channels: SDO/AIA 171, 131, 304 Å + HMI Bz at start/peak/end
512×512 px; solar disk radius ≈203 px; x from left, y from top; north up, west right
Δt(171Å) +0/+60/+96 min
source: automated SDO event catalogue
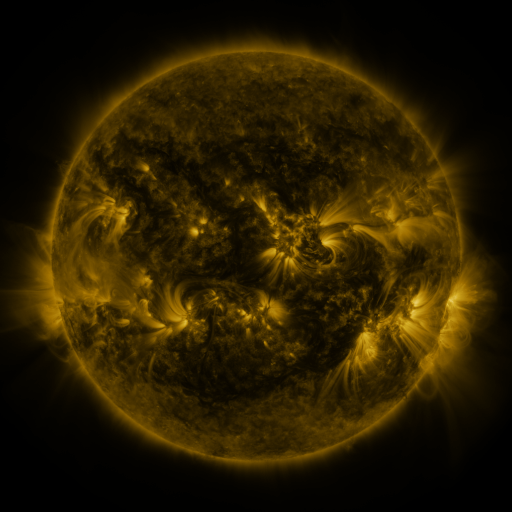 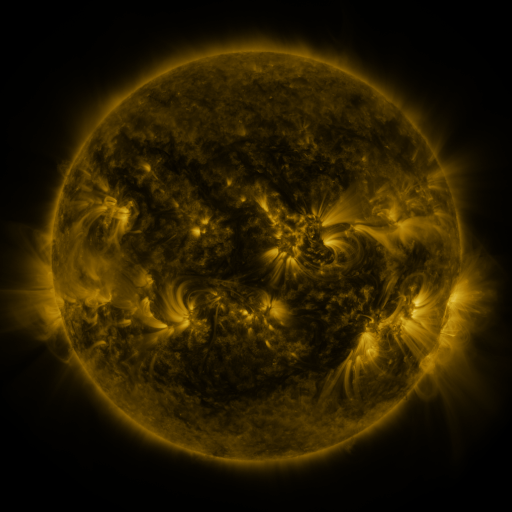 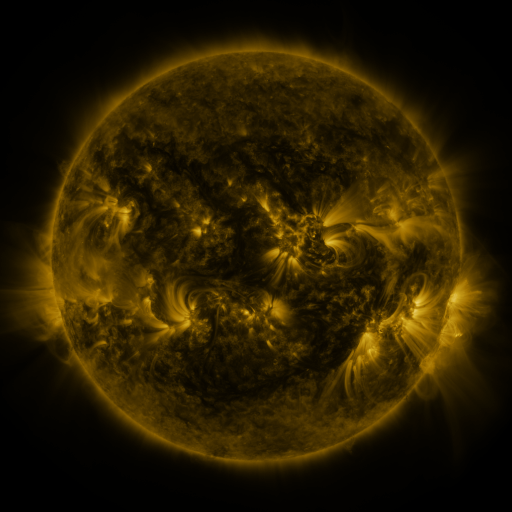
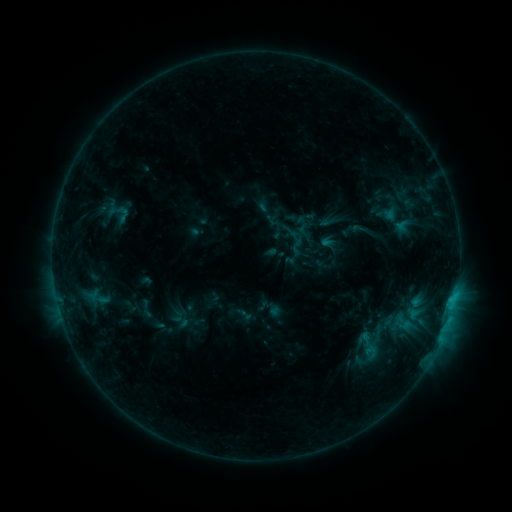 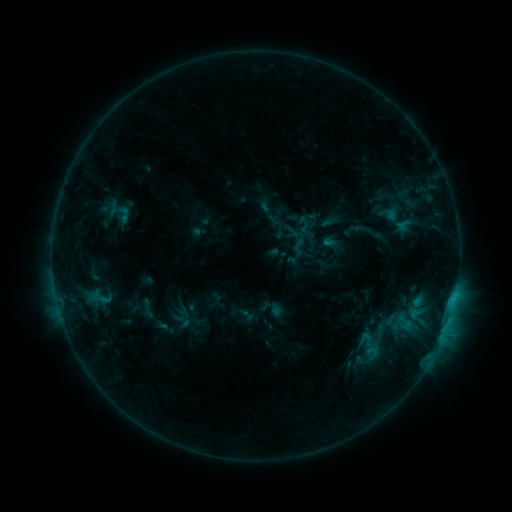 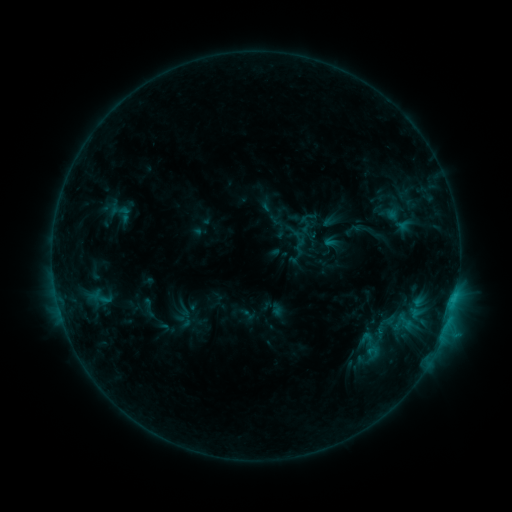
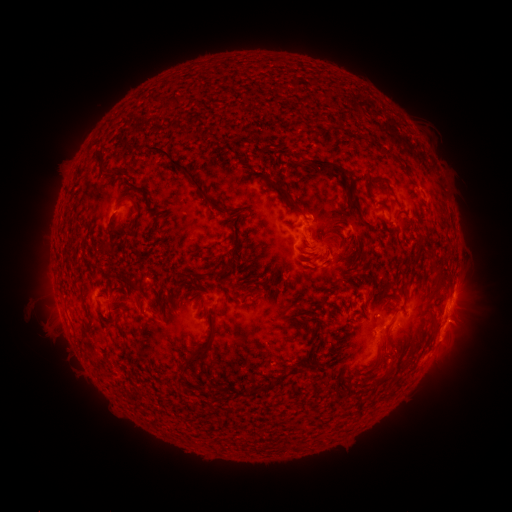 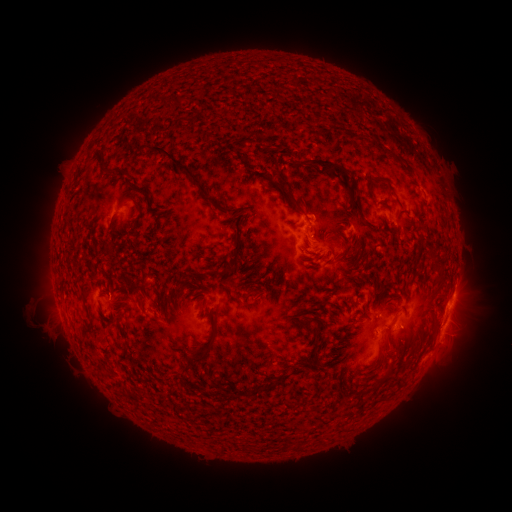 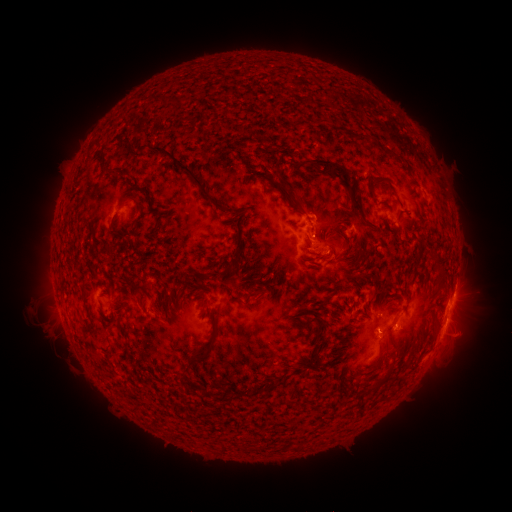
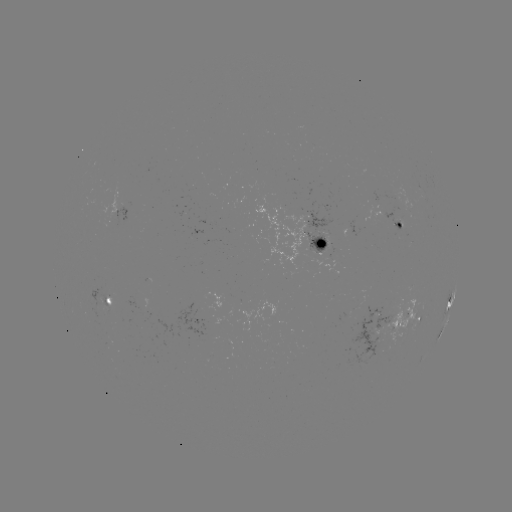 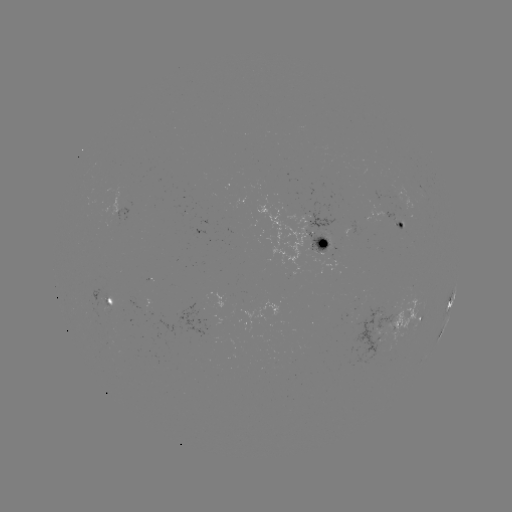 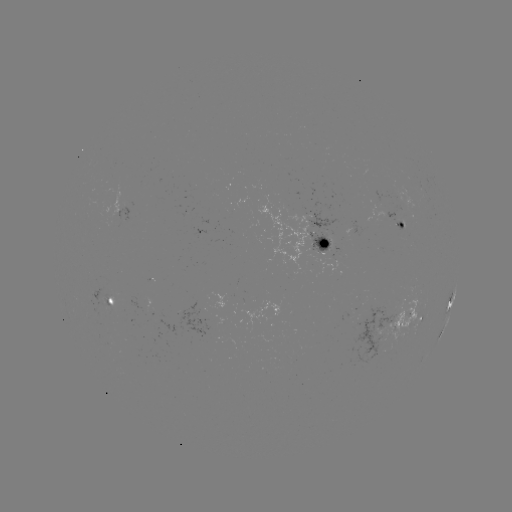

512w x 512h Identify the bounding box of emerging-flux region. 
[333, 248, 344, 257].